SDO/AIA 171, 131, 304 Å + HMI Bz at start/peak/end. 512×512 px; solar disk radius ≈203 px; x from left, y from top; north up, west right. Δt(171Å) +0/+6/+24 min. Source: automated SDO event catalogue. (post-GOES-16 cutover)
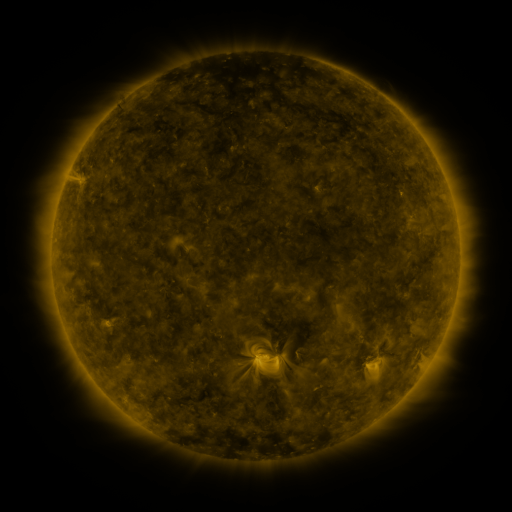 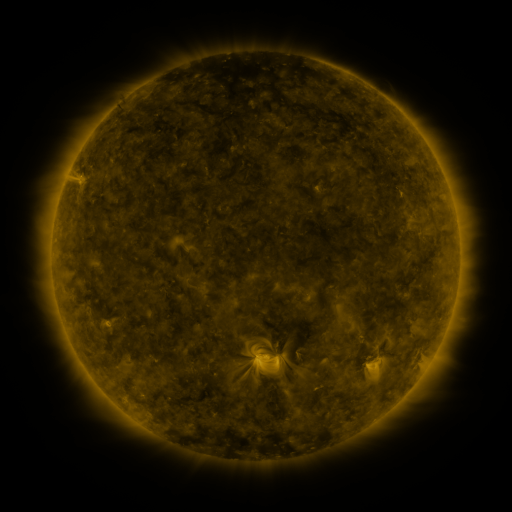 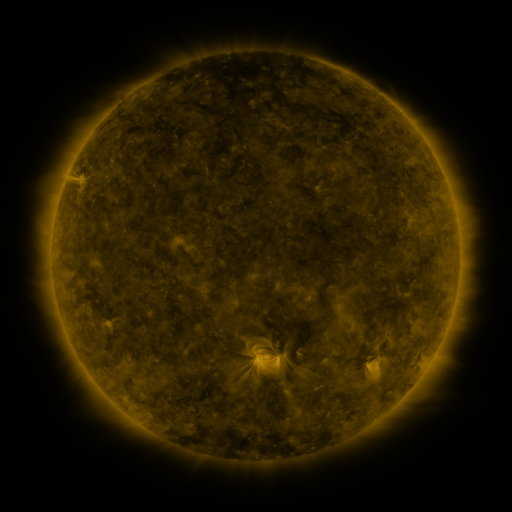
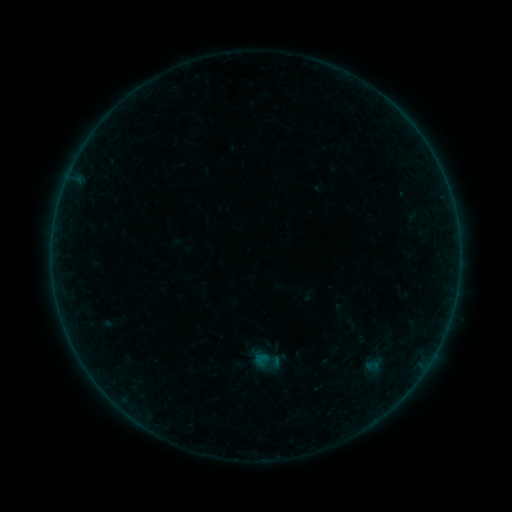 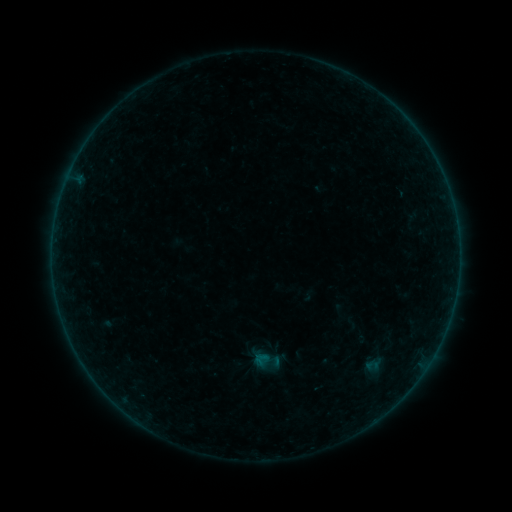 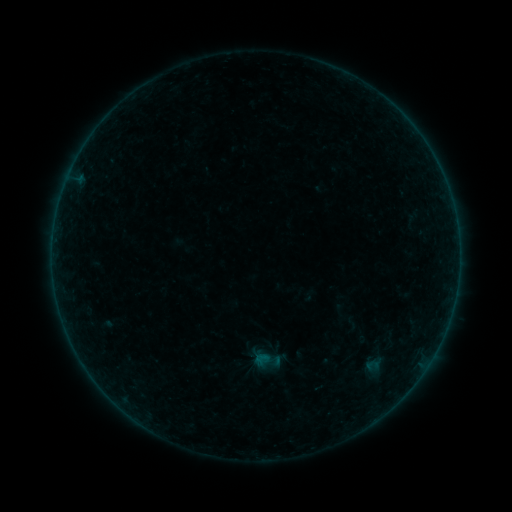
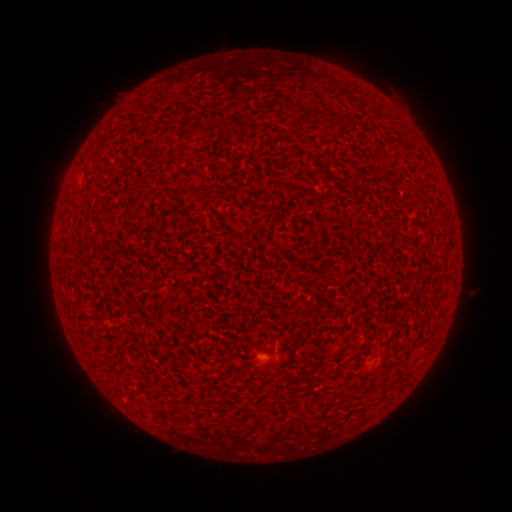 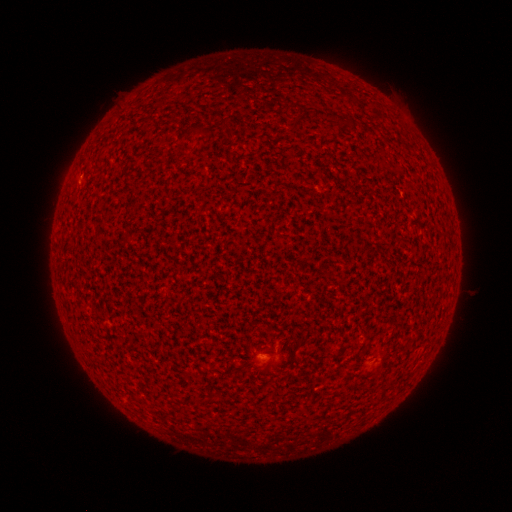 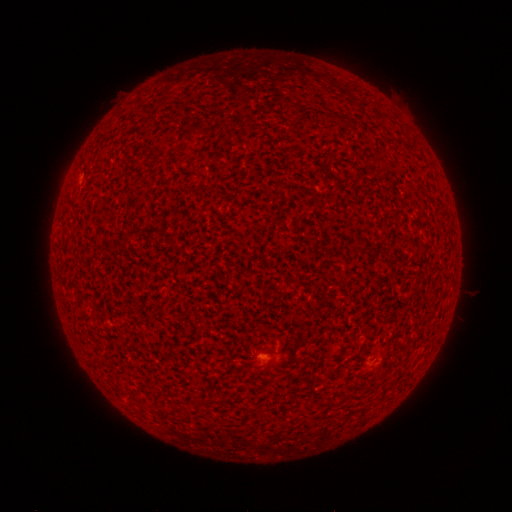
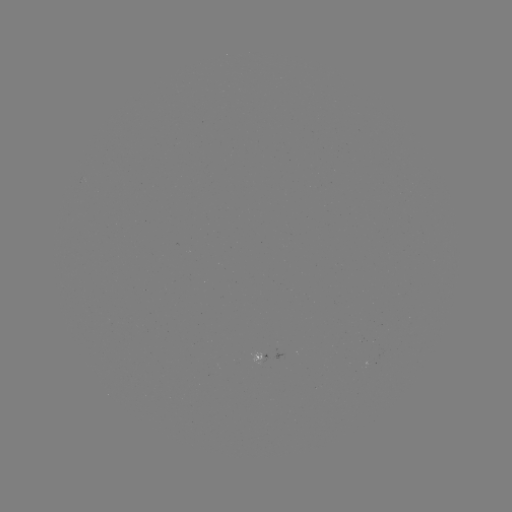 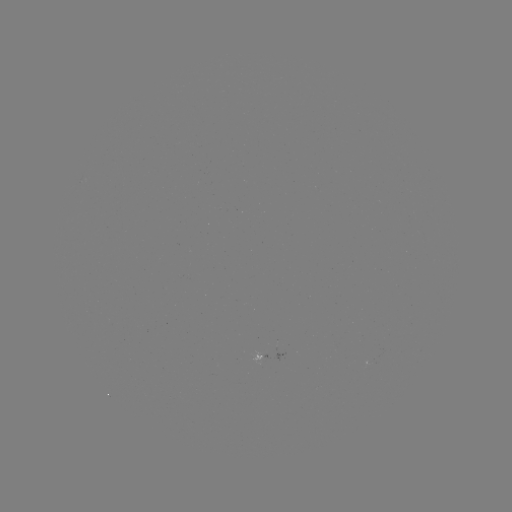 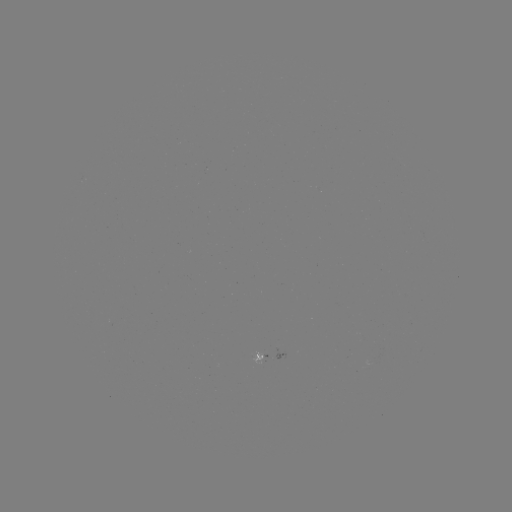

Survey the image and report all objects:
A5.3 flare: (80, 180)
